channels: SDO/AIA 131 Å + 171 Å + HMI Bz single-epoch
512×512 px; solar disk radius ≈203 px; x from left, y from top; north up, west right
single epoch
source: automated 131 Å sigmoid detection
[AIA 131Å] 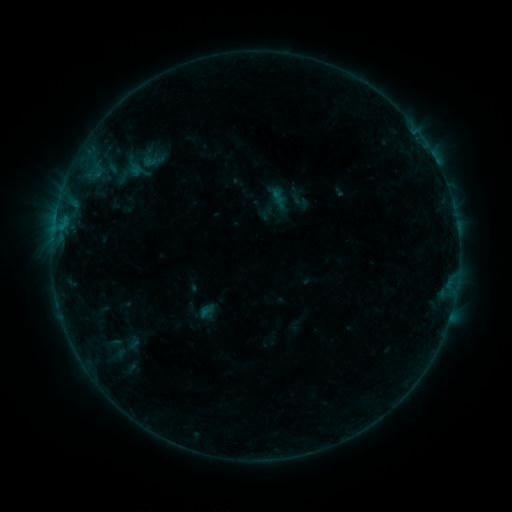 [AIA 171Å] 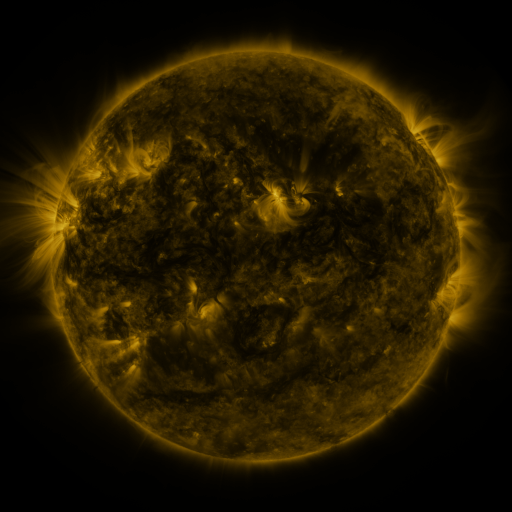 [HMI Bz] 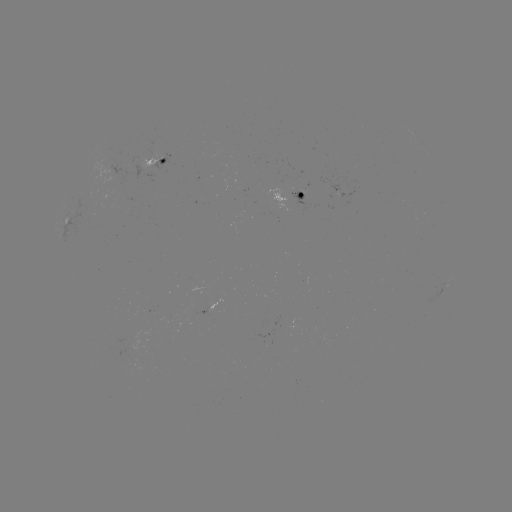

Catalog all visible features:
sigmoid: <bbox>141, 149, 165, 172</bbox>
sigmoid: <bbox>197, 302, 218, 320</bbox>
